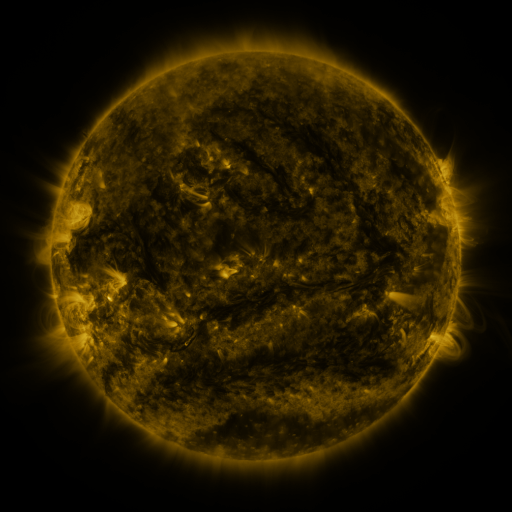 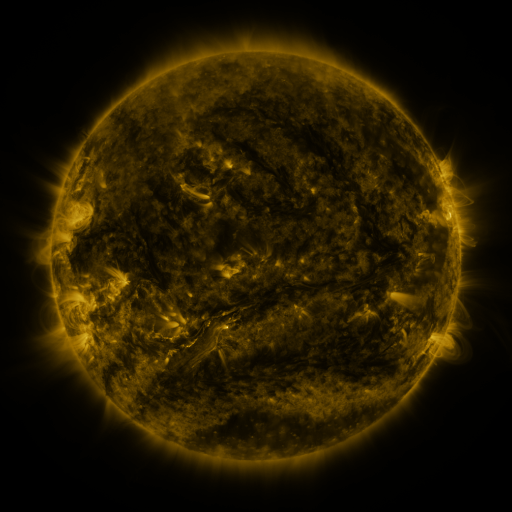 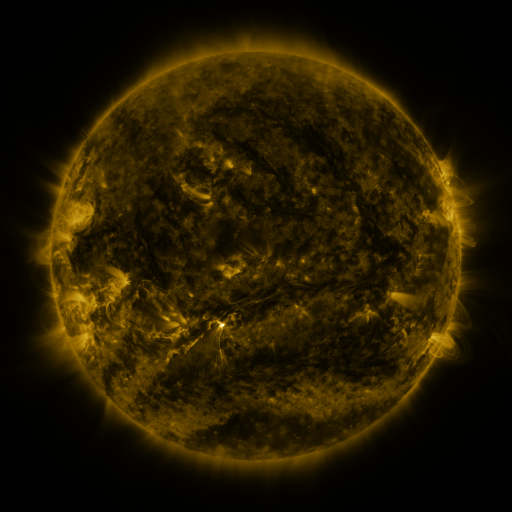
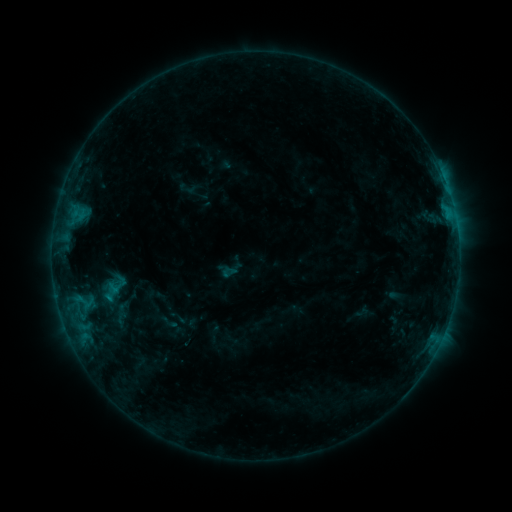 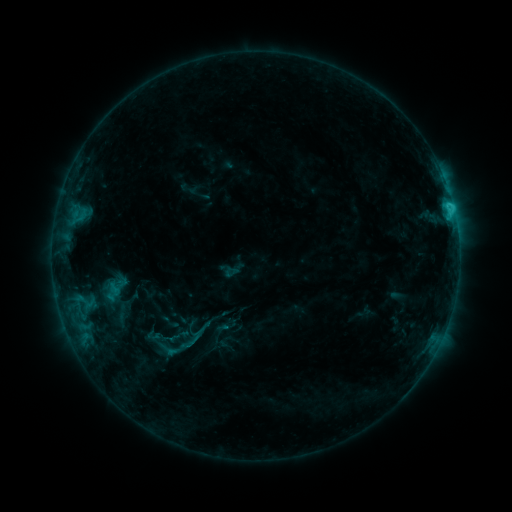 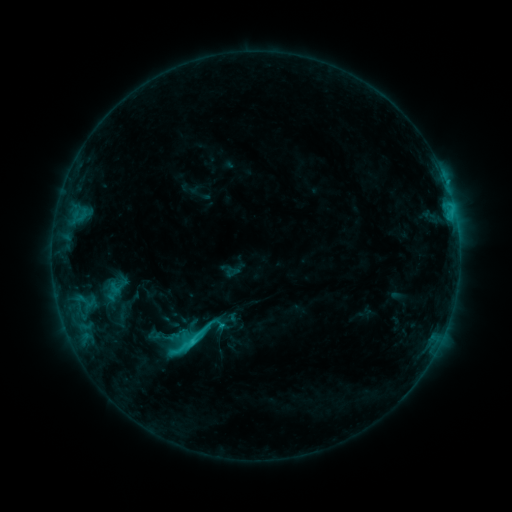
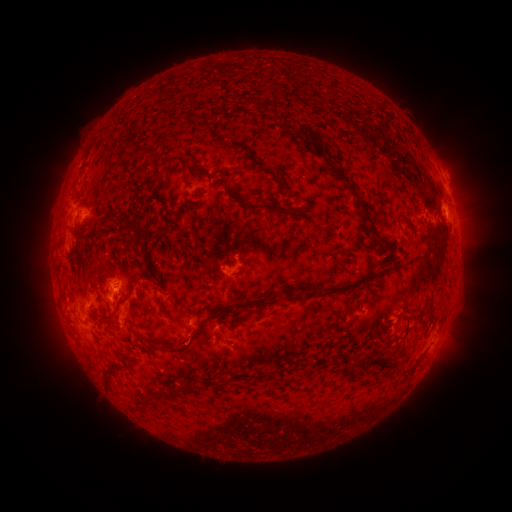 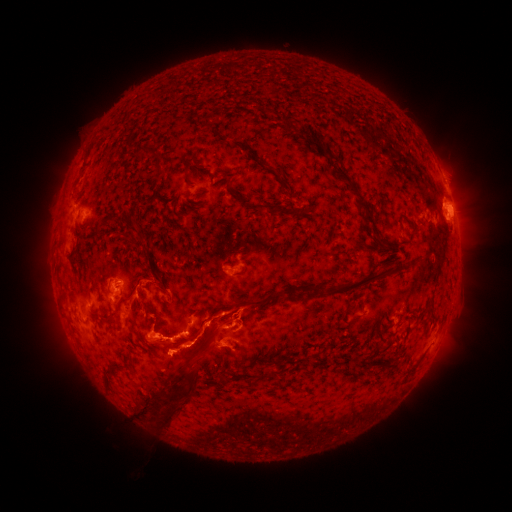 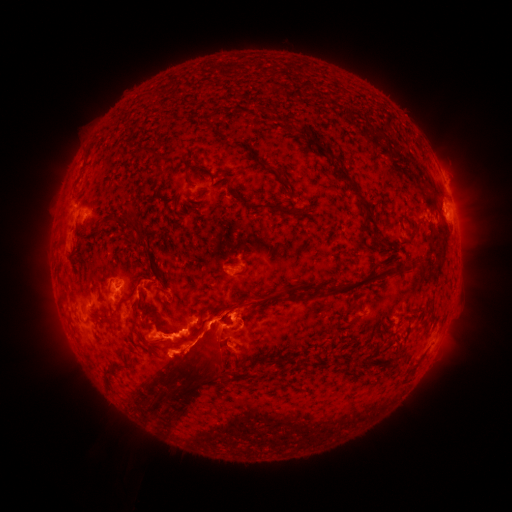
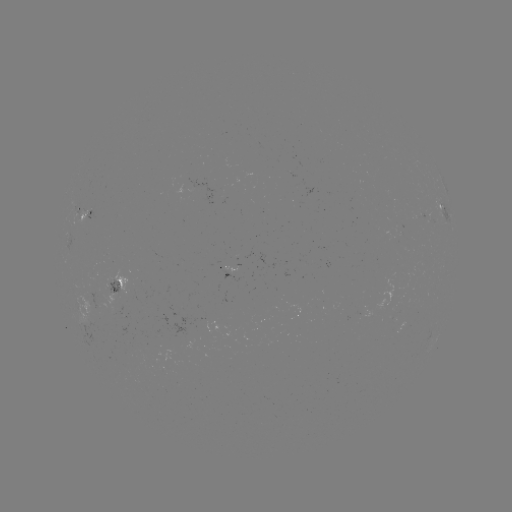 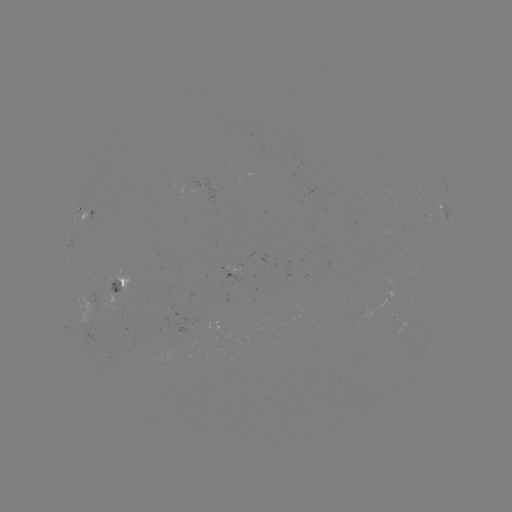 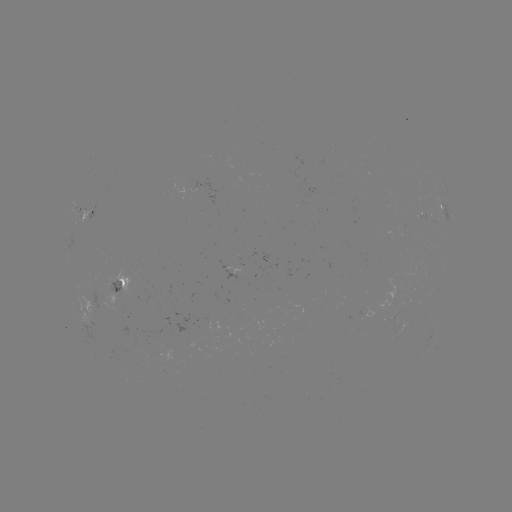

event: emerging-flux region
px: (107, 298)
